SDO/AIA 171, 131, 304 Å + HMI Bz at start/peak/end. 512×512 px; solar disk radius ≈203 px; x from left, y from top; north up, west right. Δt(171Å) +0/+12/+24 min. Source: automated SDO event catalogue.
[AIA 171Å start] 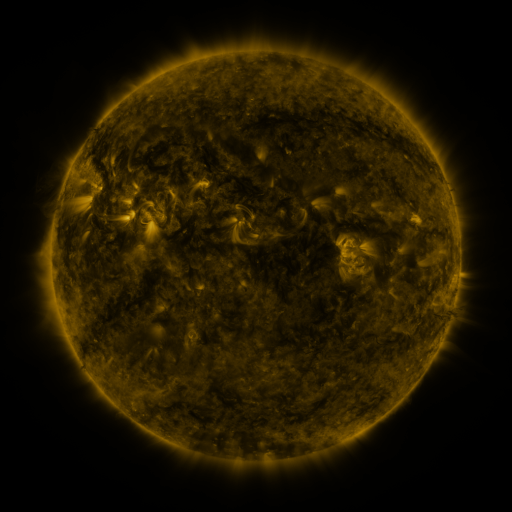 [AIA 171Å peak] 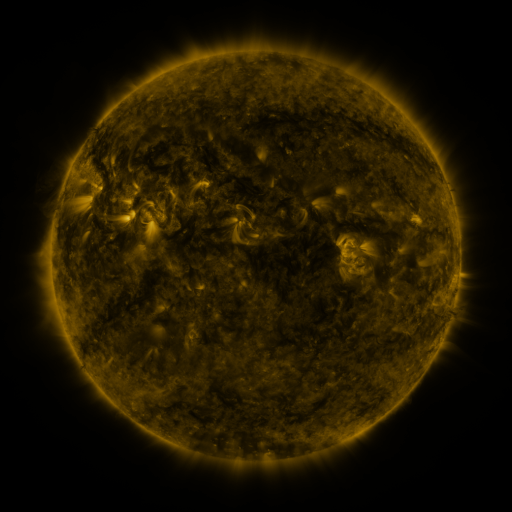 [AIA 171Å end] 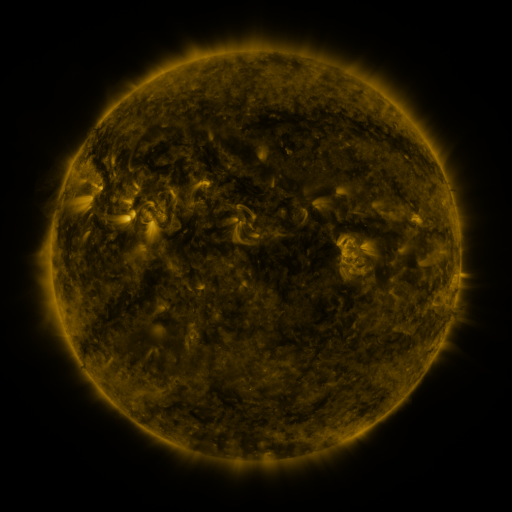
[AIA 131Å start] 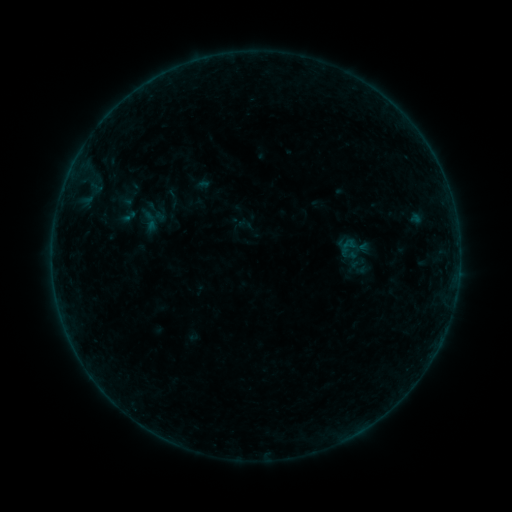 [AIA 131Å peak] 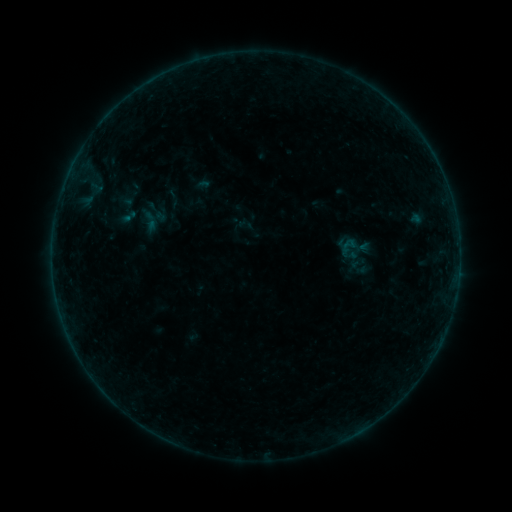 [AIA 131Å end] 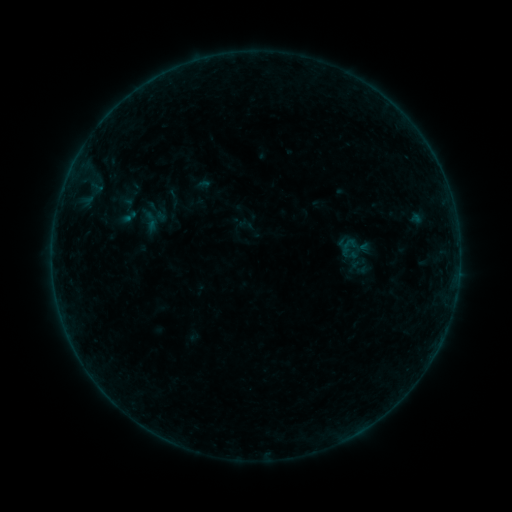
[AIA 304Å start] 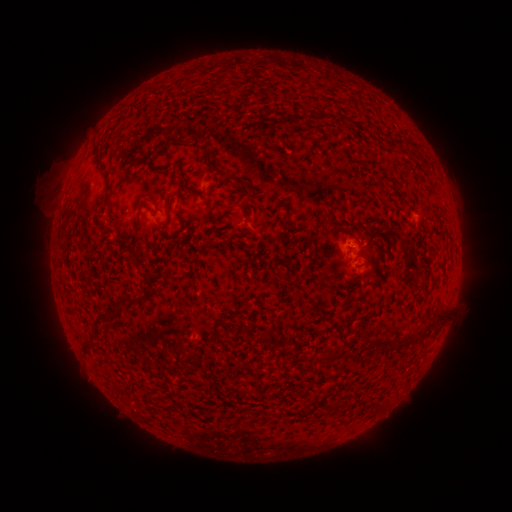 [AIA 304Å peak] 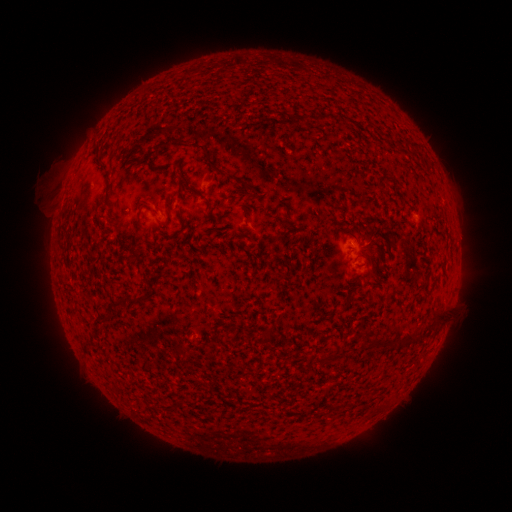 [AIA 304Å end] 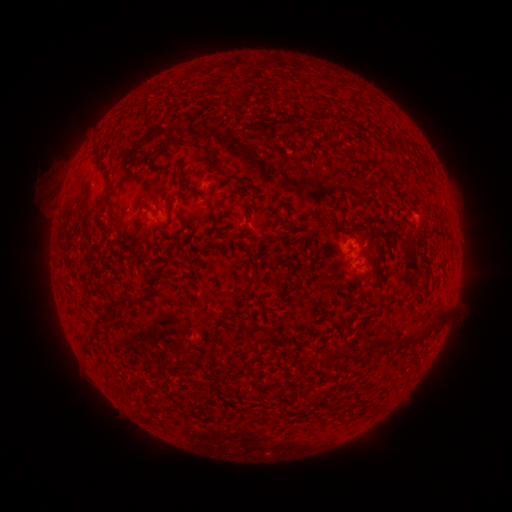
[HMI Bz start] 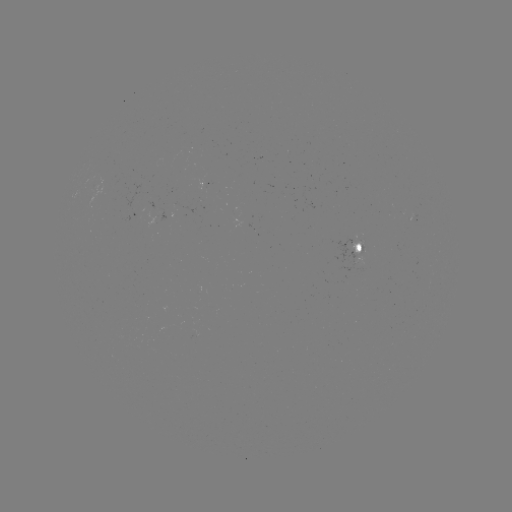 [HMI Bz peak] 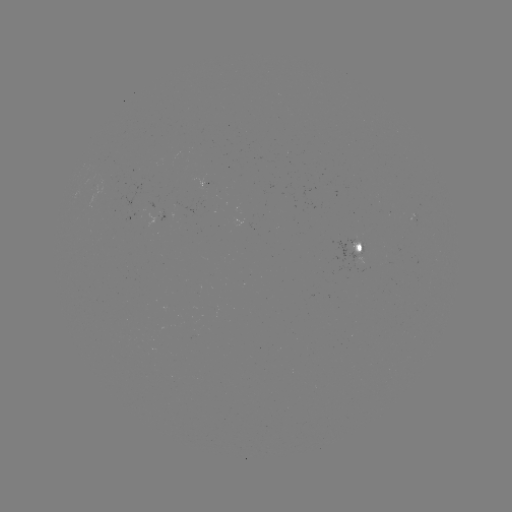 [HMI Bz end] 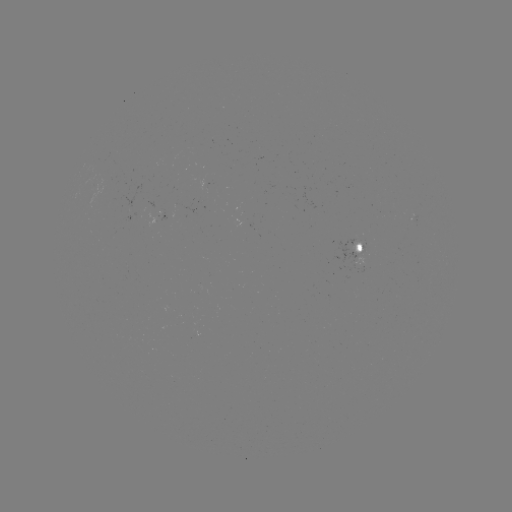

no catalogued flare and no flagged EUV brightening in this window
